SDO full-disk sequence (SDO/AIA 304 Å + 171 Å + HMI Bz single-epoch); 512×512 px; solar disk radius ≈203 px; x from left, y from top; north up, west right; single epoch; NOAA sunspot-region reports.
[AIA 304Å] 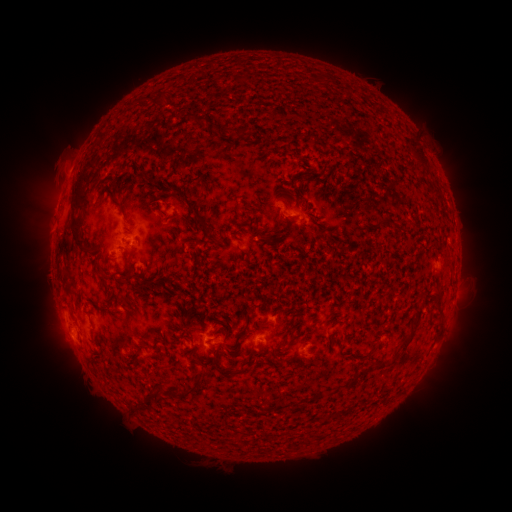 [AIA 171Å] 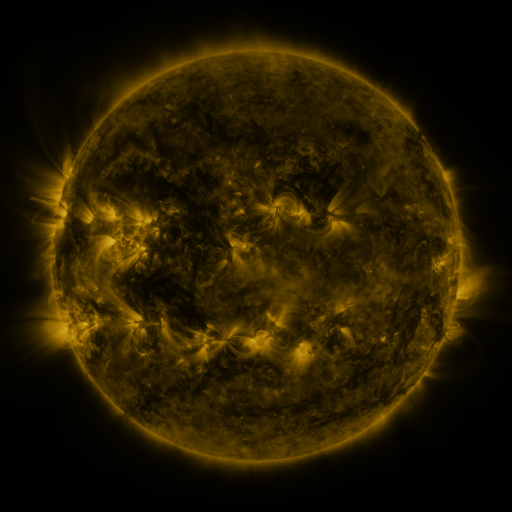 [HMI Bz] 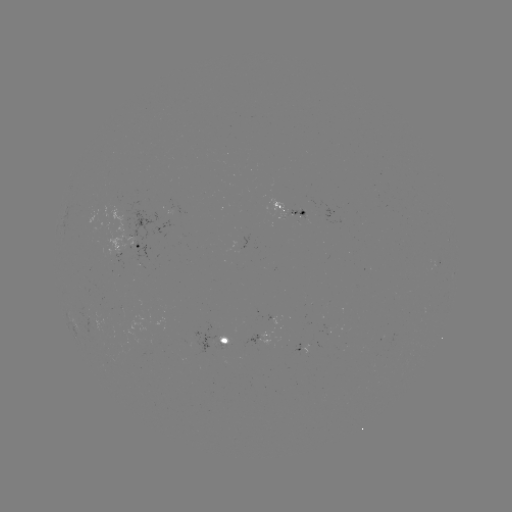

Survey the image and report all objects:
spotted active region: (289, 213)
spotted active region: (131, 250)
spotted active region: (435, 257)
spotted active region: (454, 275)
spotted active region: (73, 320)
spotted active region: (273, 338)
spotted active region: (222, 341)
